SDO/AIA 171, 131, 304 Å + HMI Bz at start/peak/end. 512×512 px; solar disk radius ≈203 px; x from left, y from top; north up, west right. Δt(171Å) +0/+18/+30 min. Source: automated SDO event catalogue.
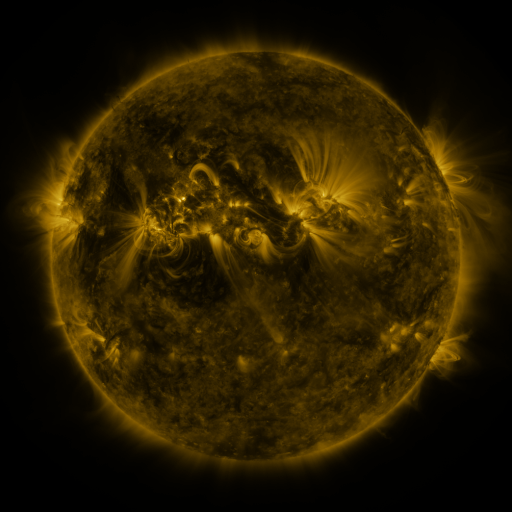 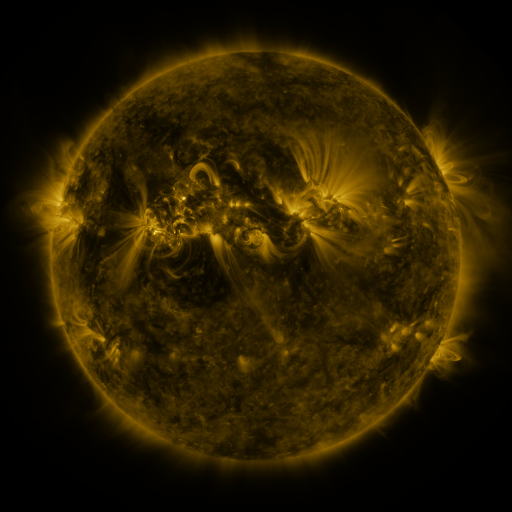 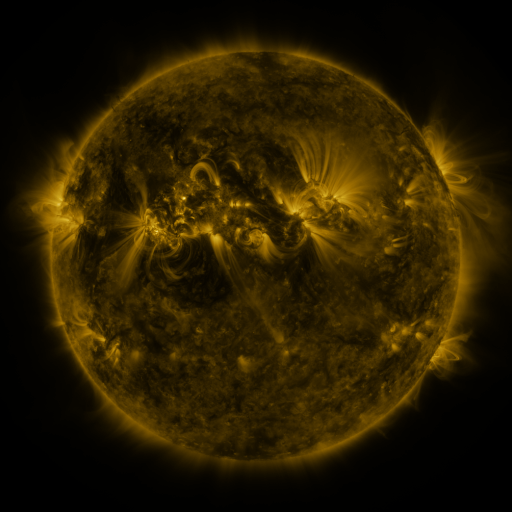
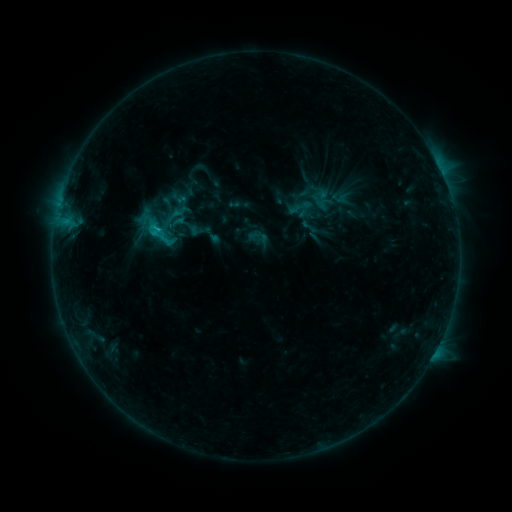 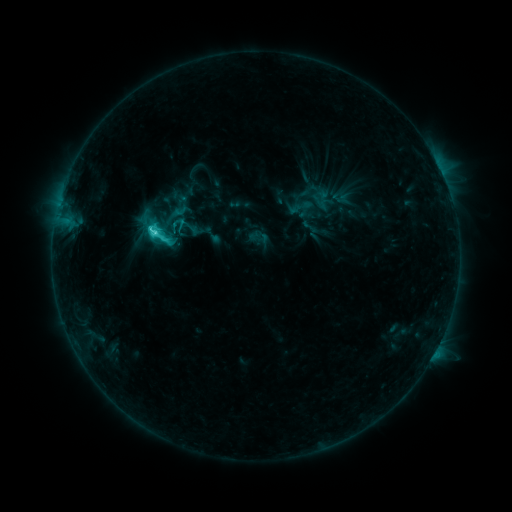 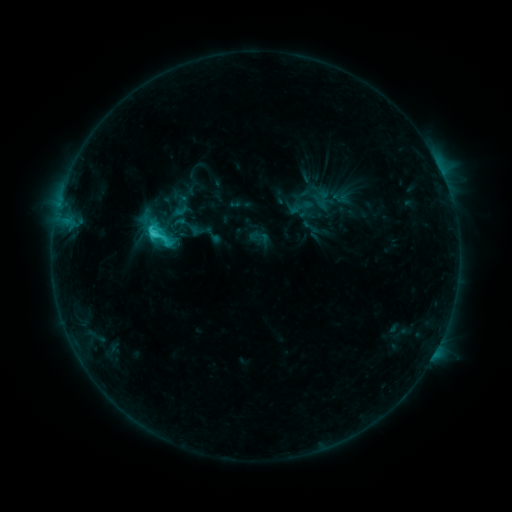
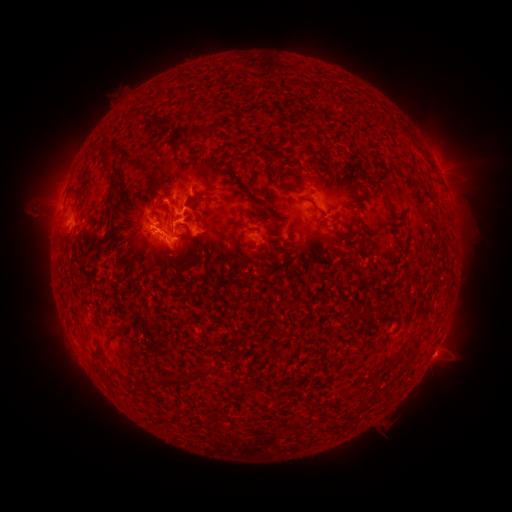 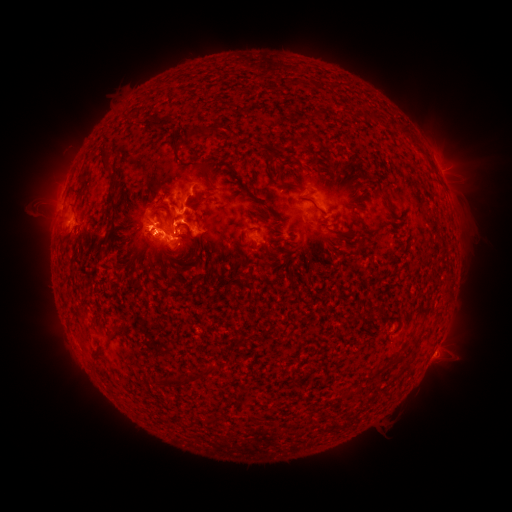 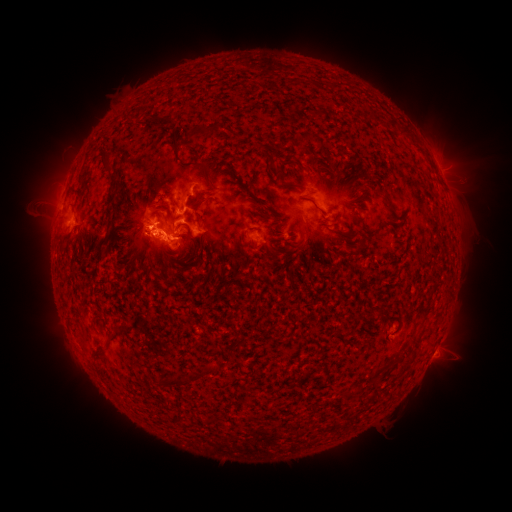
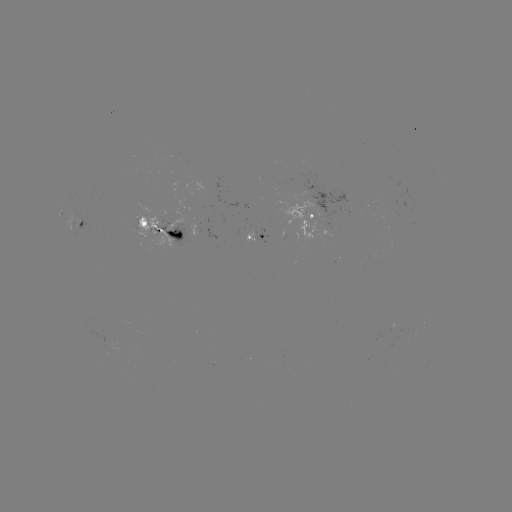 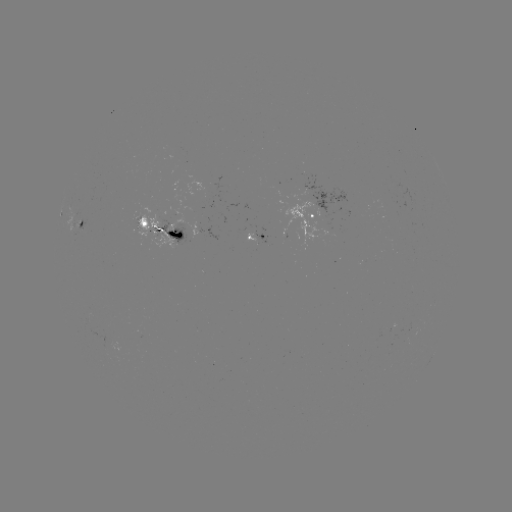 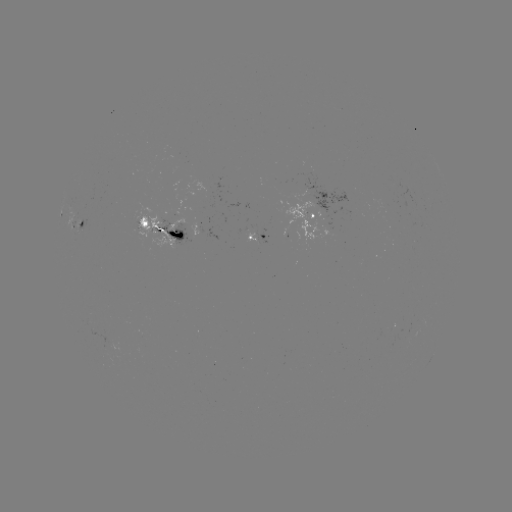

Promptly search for C5.1 flare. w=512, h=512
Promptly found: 156,234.